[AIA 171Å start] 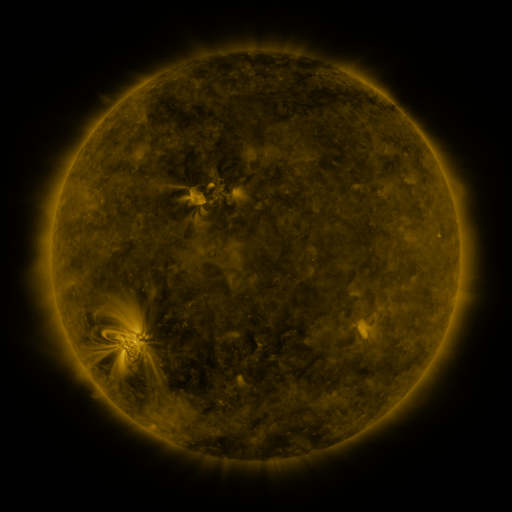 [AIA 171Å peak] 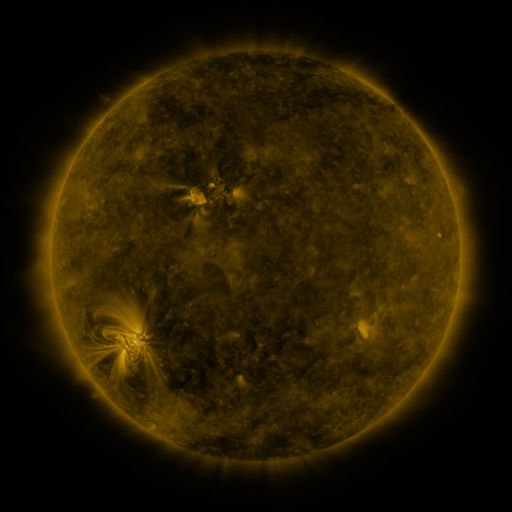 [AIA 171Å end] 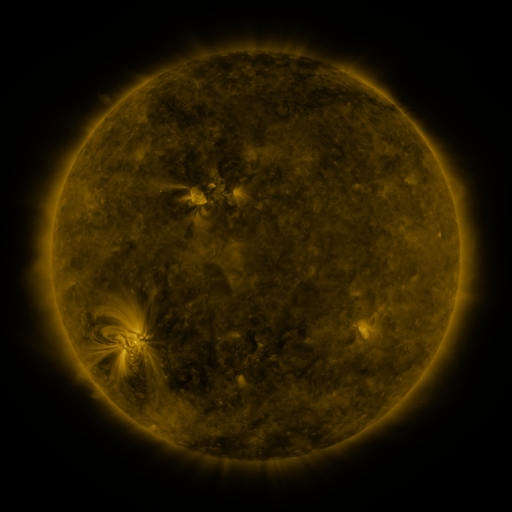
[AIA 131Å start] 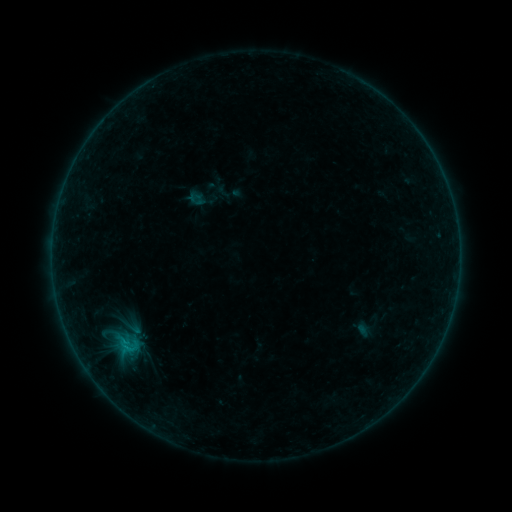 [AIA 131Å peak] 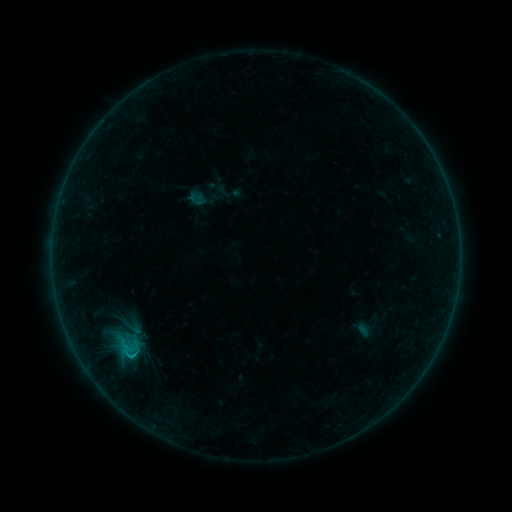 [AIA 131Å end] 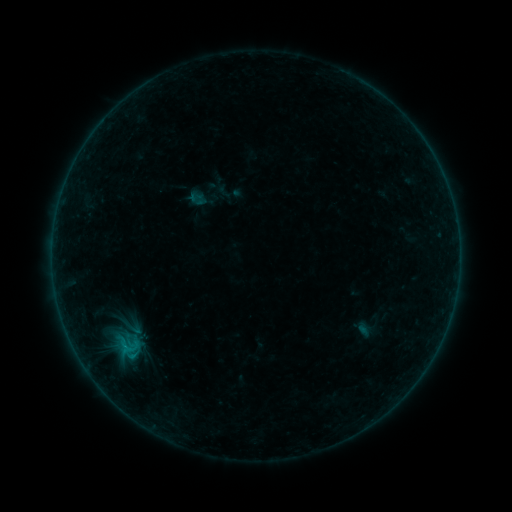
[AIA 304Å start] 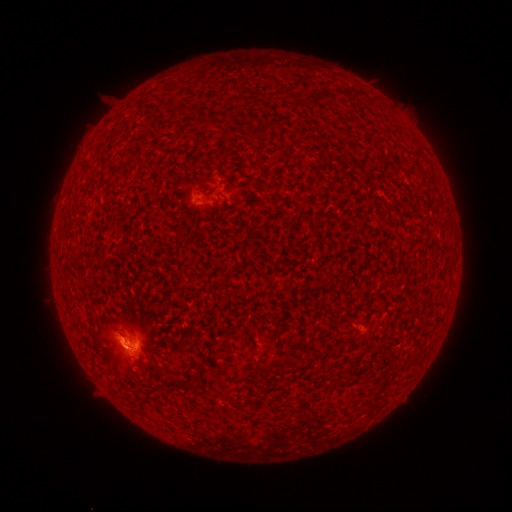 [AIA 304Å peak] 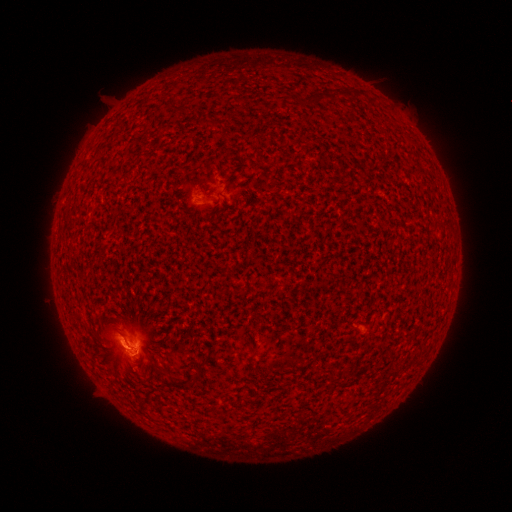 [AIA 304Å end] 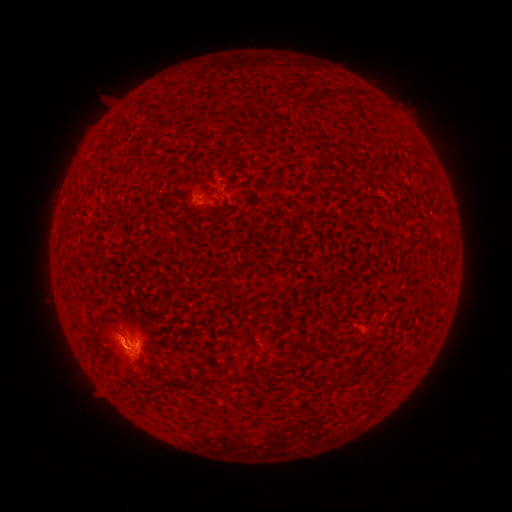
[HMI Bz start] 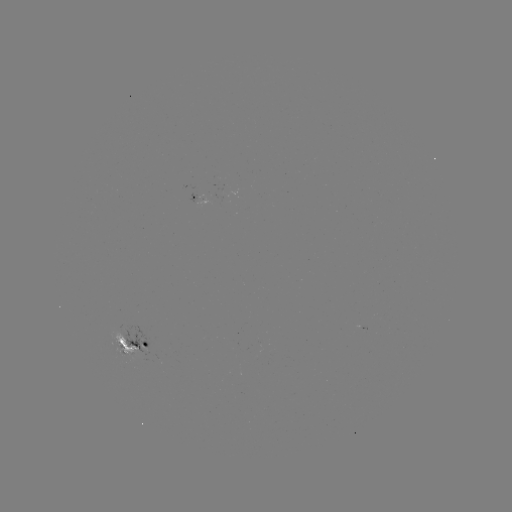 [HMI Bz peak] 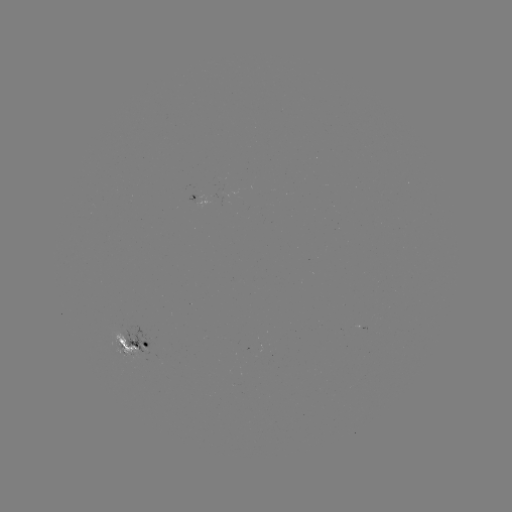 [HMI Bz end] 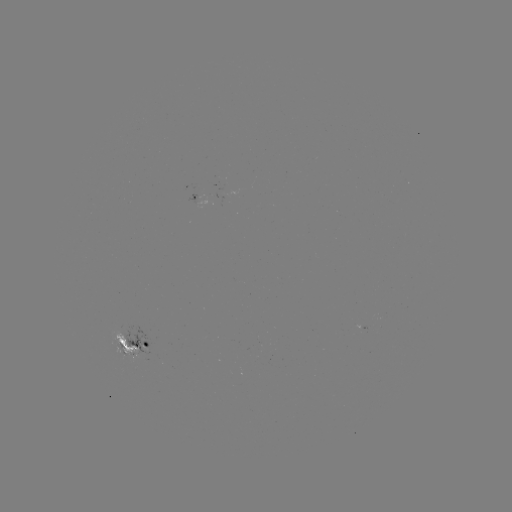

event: flare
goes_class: B8.0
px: (133, 354)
